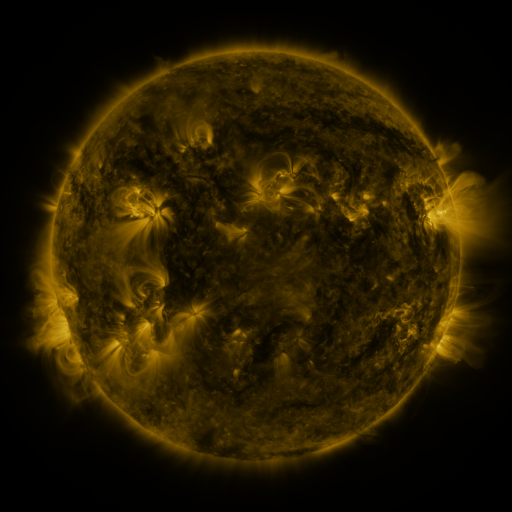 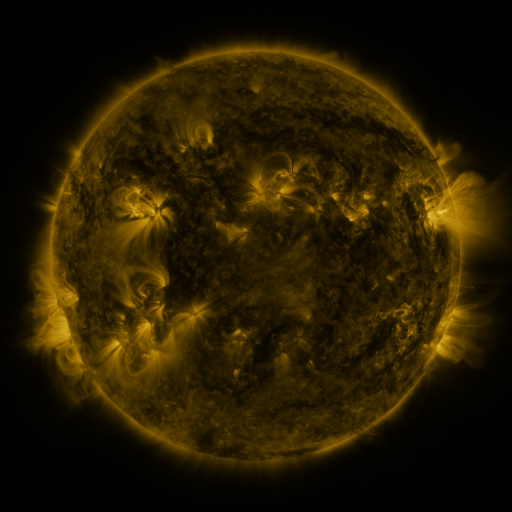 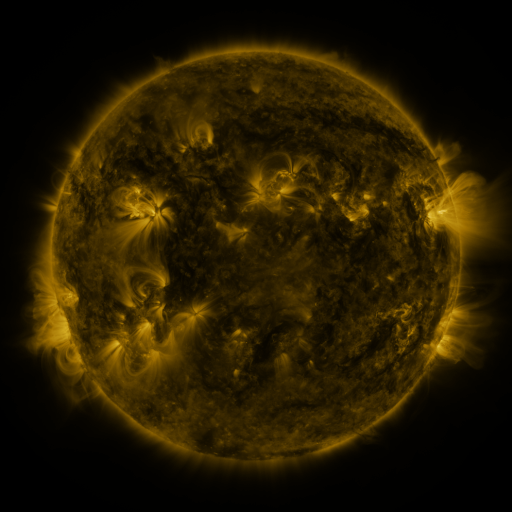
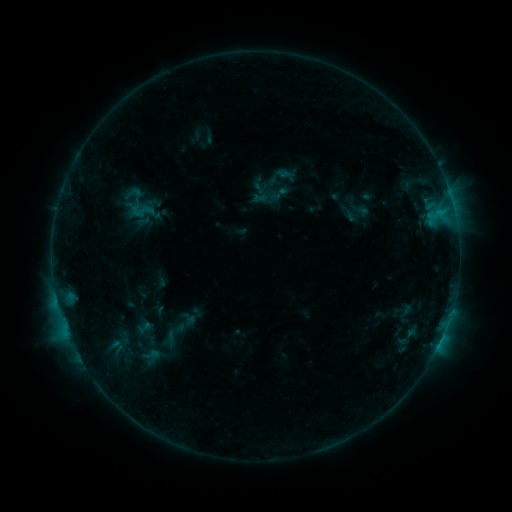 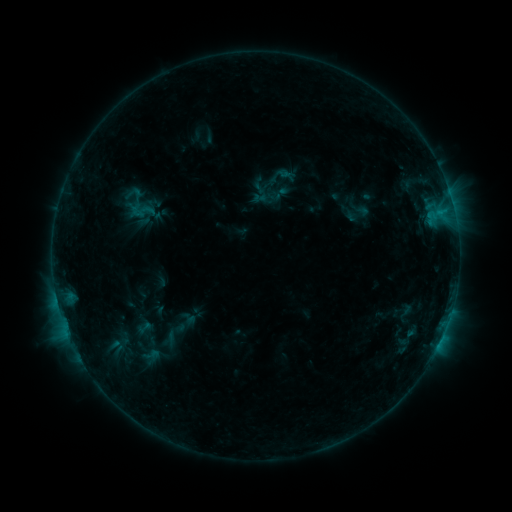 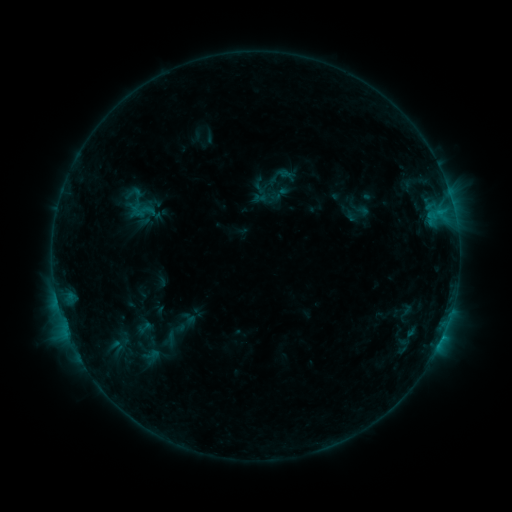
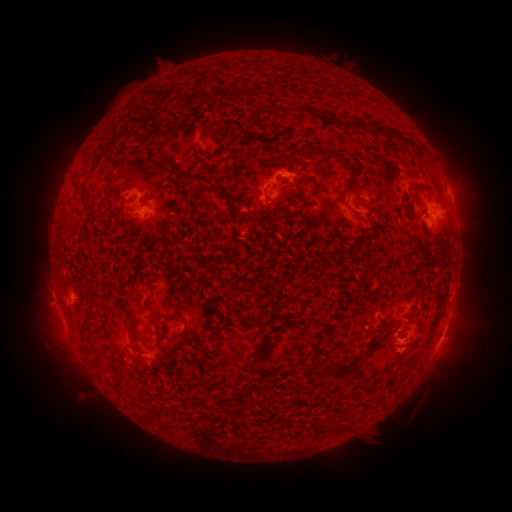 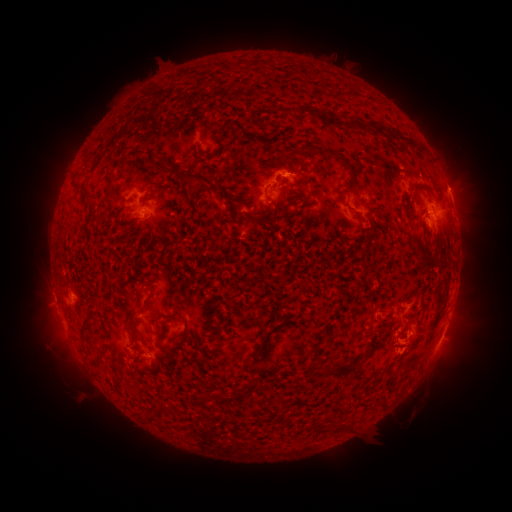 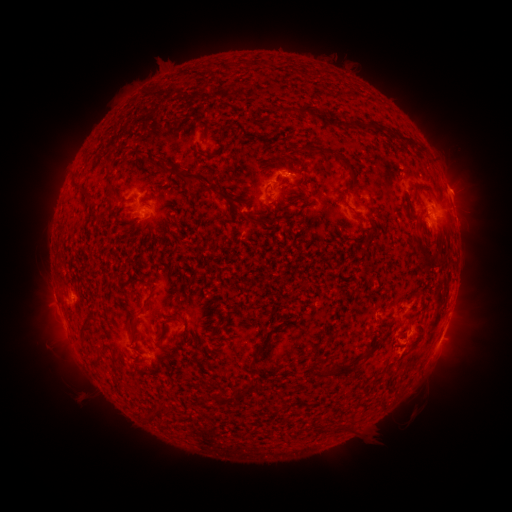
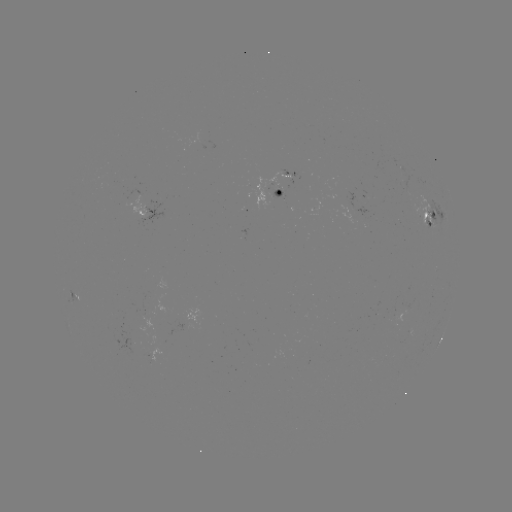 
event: eruption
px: (459, 185)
